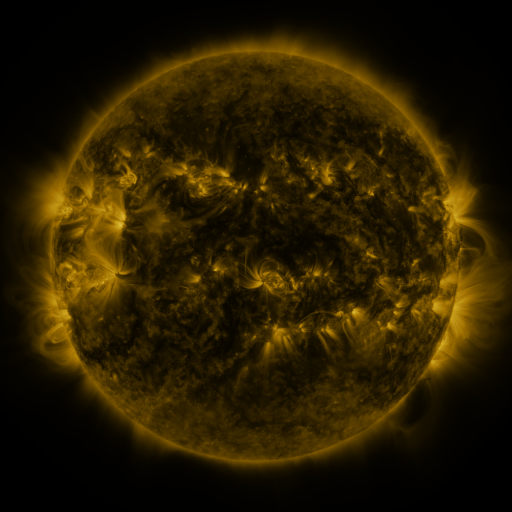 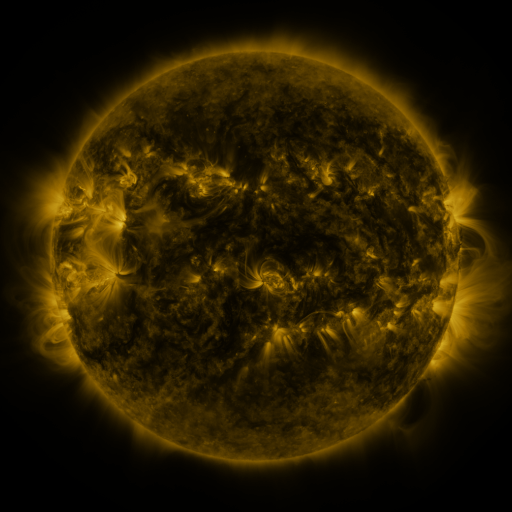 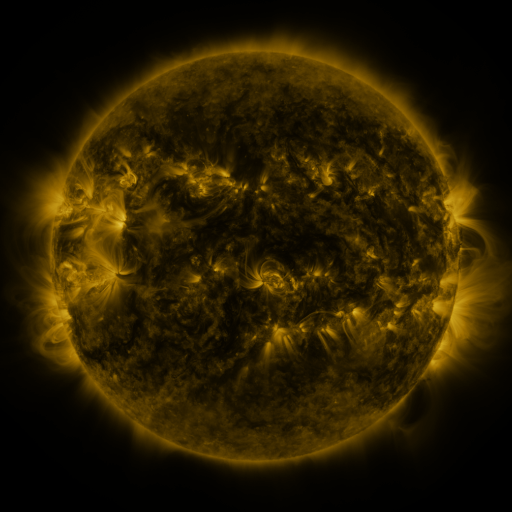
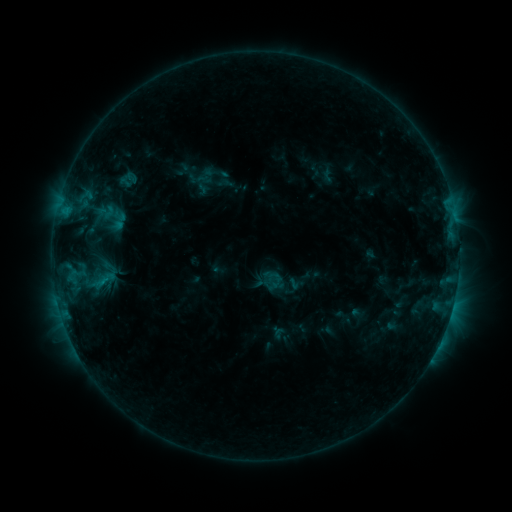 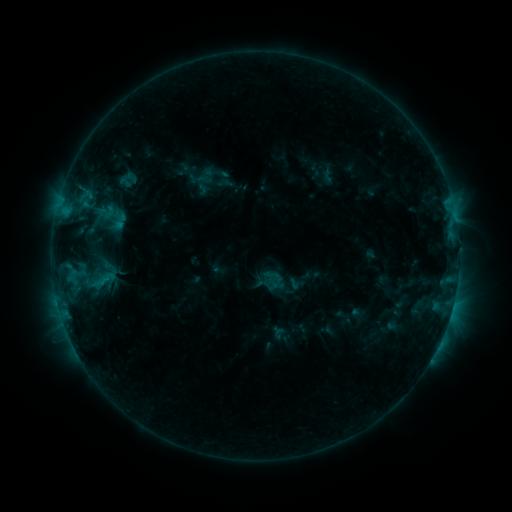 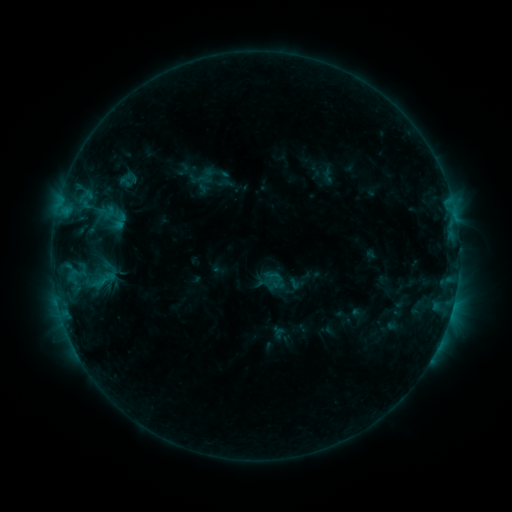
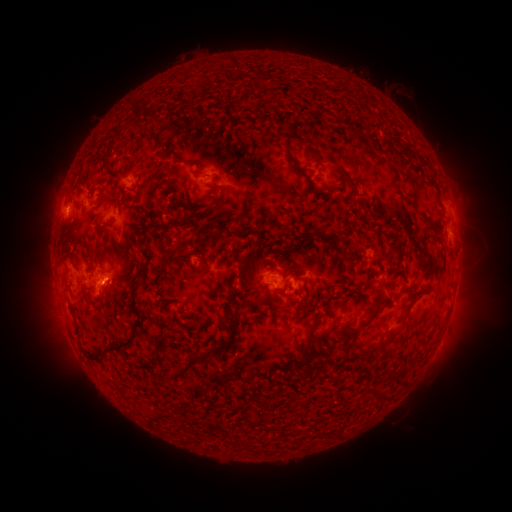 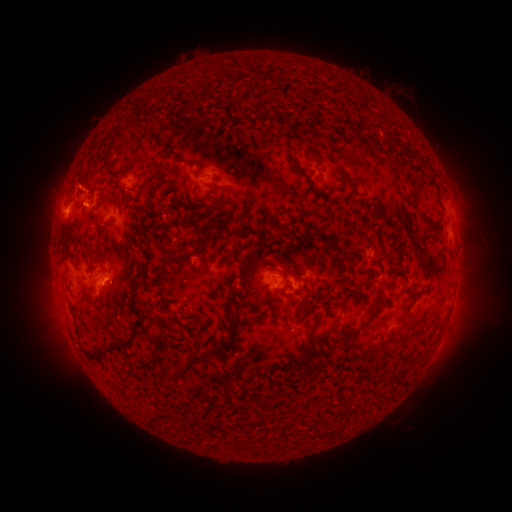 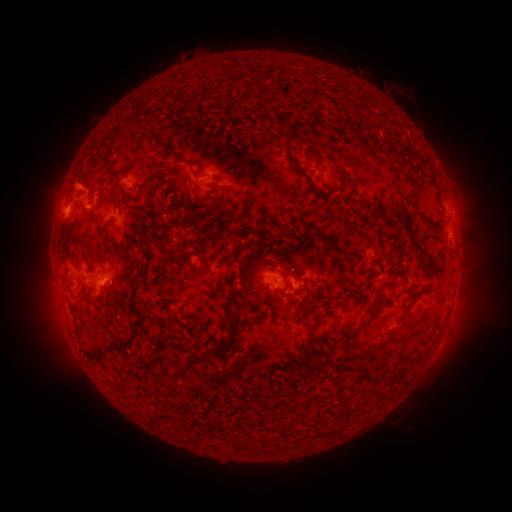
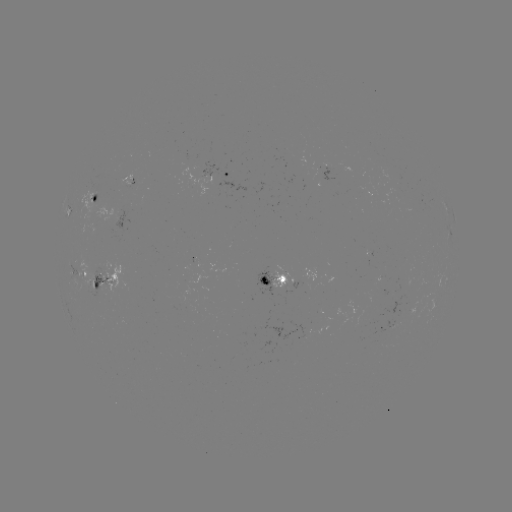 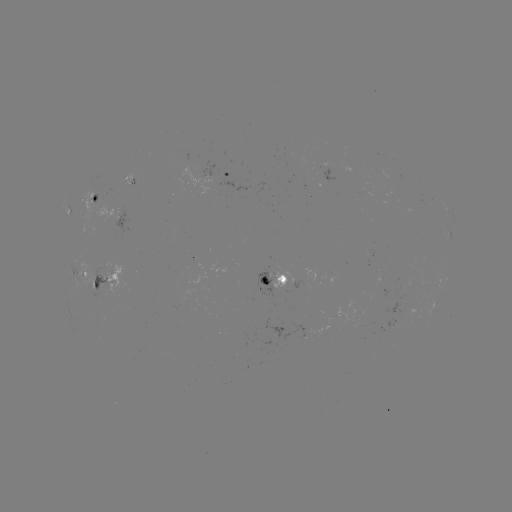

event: eruption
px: (73, 181)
